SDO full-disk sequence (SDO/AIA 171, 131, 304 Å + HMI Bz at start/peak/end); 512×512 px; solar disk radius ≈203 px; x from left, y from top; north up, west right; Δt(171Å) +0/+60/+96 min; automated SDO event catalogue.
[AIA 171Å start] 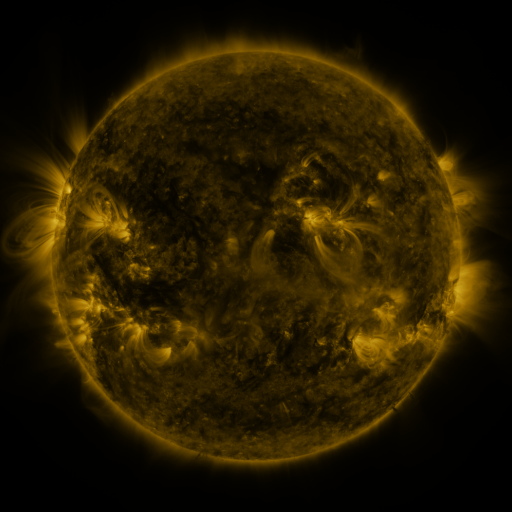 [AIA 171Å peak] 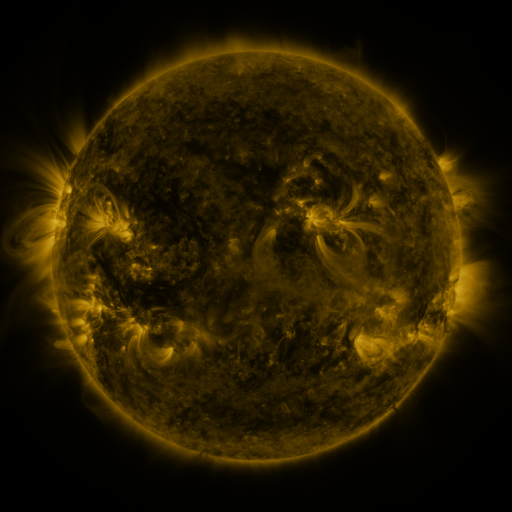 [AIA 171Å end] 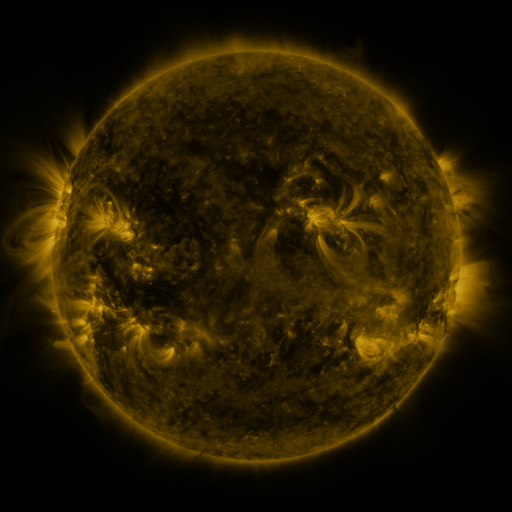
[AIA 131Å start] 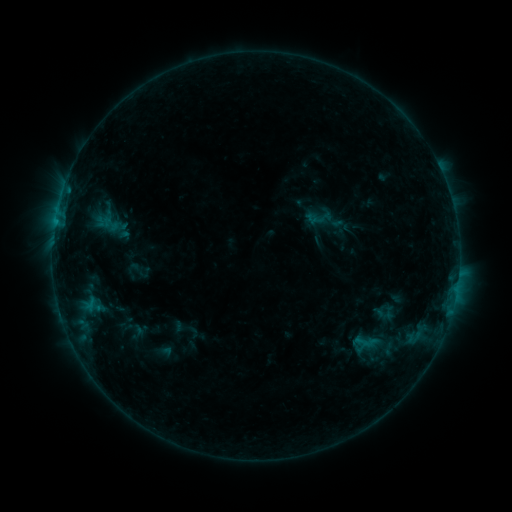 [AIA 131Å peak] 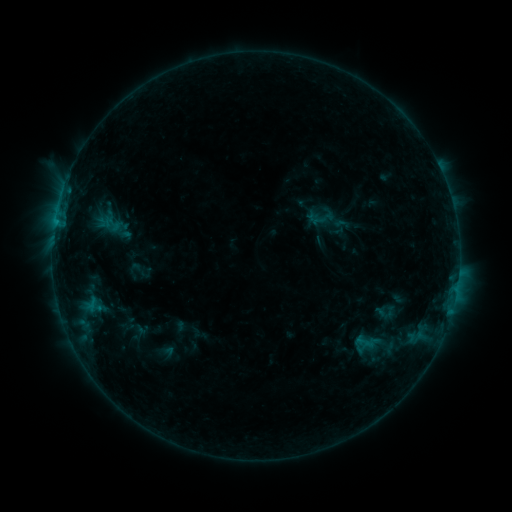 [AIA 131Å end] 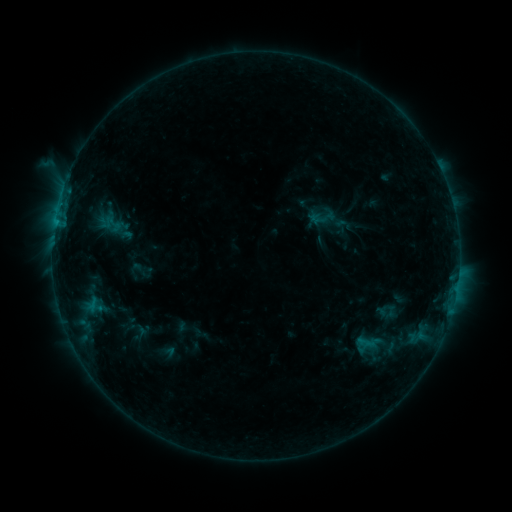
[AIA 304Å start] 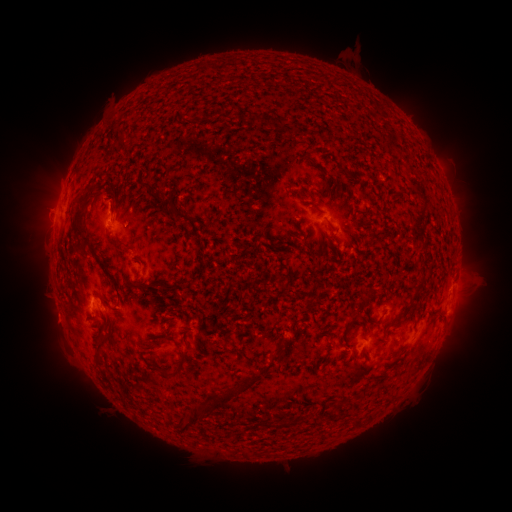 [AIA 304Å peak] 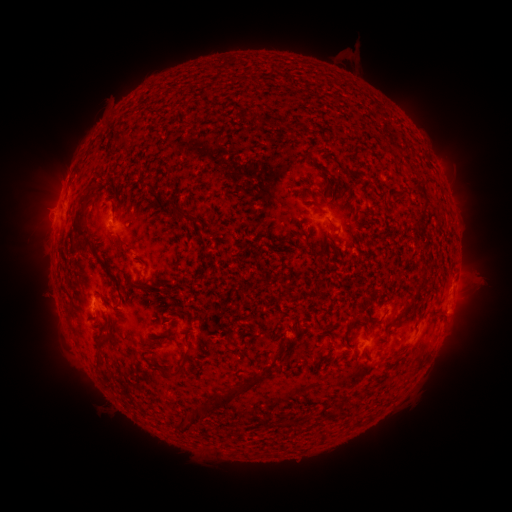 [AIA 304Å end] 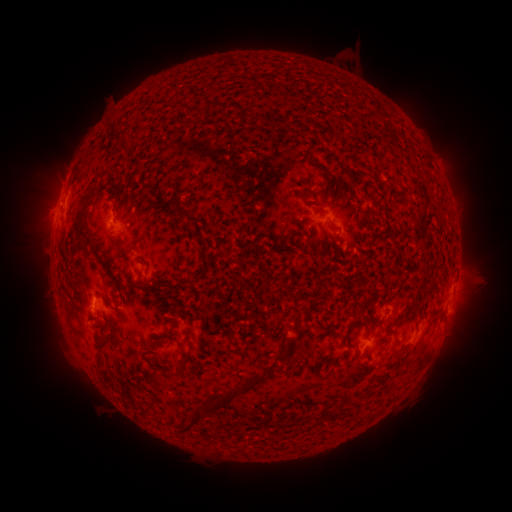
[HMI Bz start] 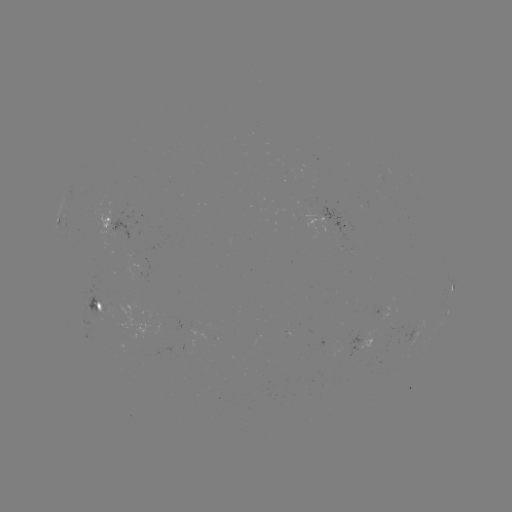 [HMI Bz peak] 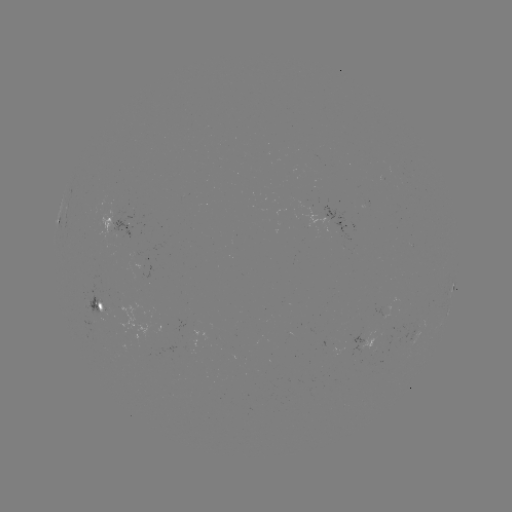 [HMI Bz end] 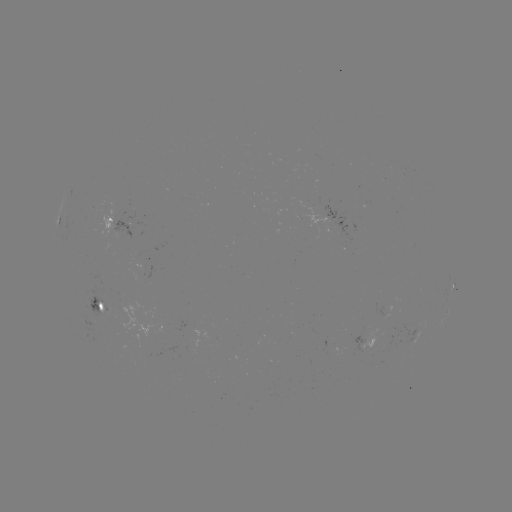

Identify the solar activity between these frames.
emerging-flux region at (384, 315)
